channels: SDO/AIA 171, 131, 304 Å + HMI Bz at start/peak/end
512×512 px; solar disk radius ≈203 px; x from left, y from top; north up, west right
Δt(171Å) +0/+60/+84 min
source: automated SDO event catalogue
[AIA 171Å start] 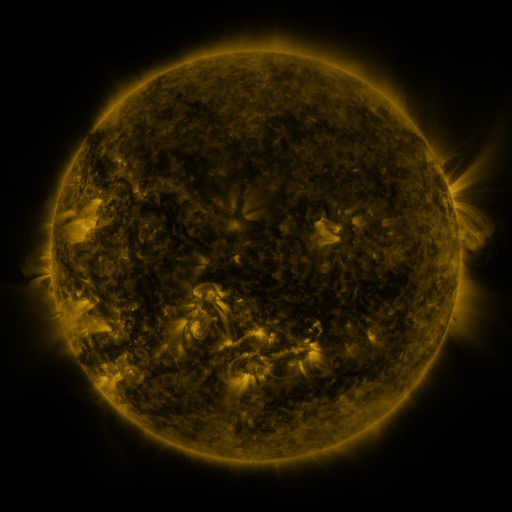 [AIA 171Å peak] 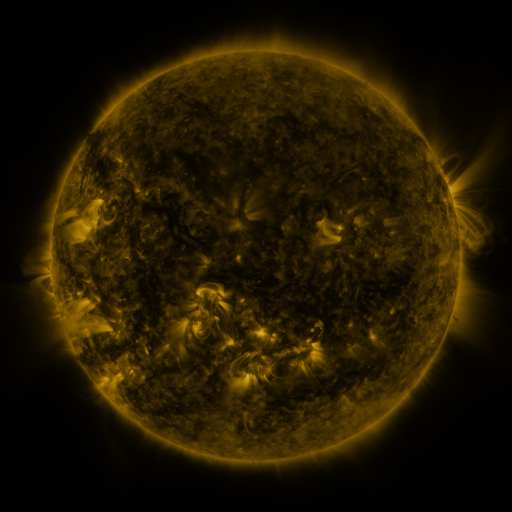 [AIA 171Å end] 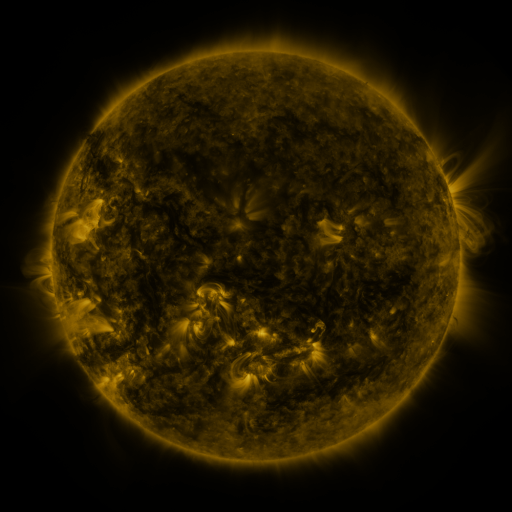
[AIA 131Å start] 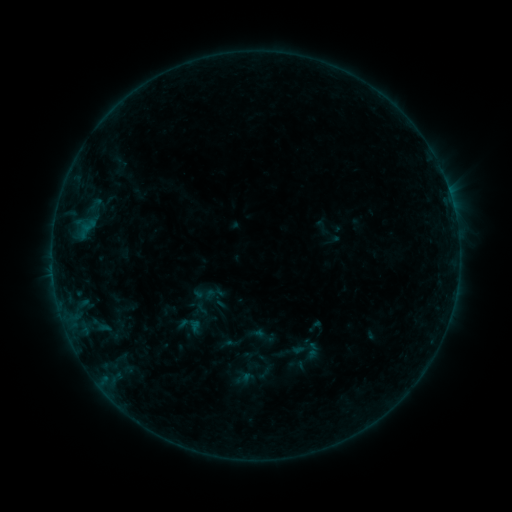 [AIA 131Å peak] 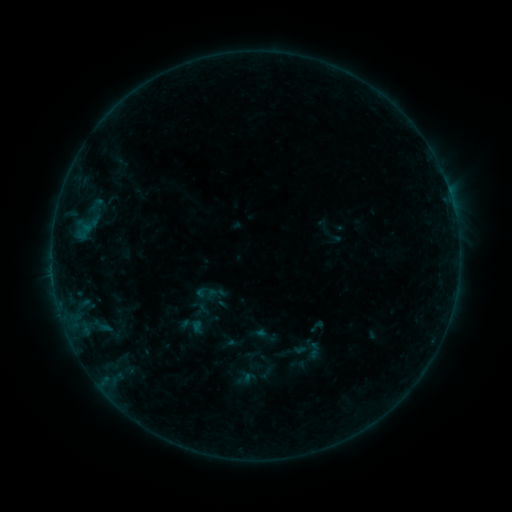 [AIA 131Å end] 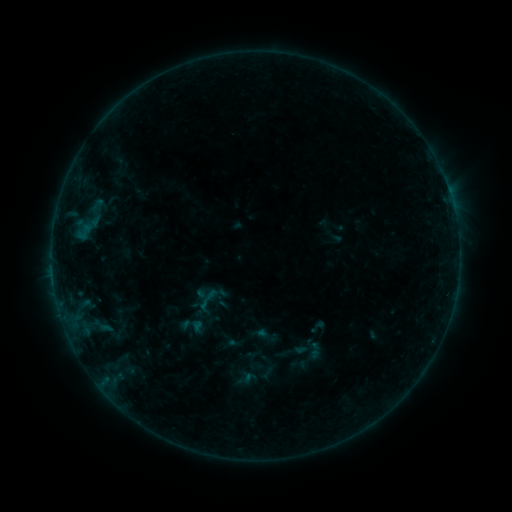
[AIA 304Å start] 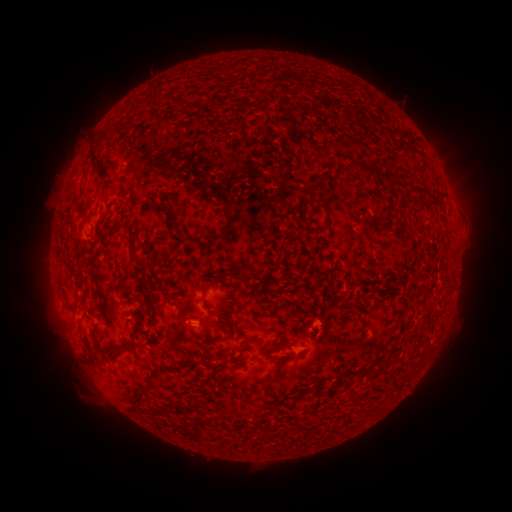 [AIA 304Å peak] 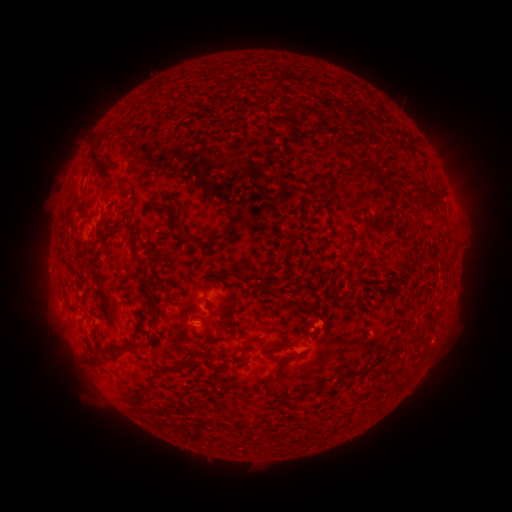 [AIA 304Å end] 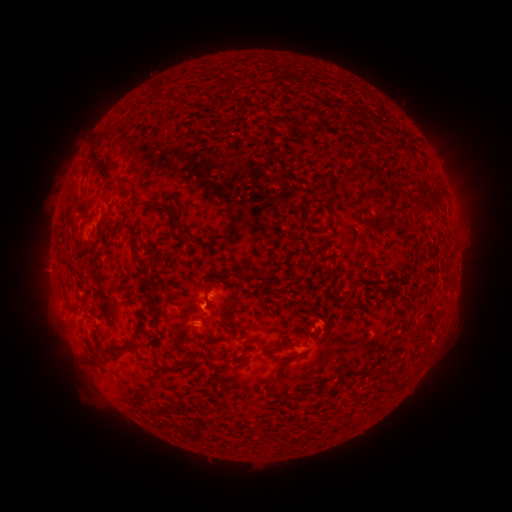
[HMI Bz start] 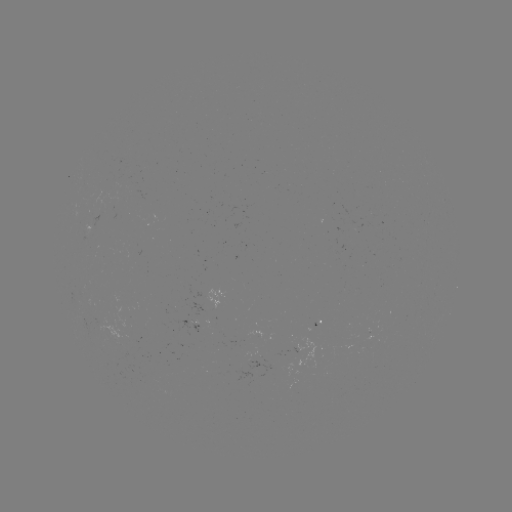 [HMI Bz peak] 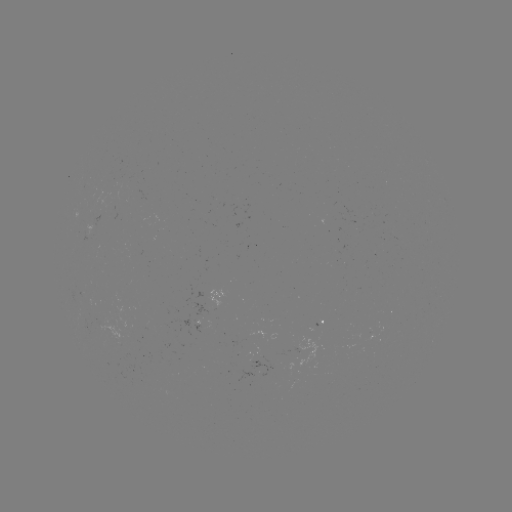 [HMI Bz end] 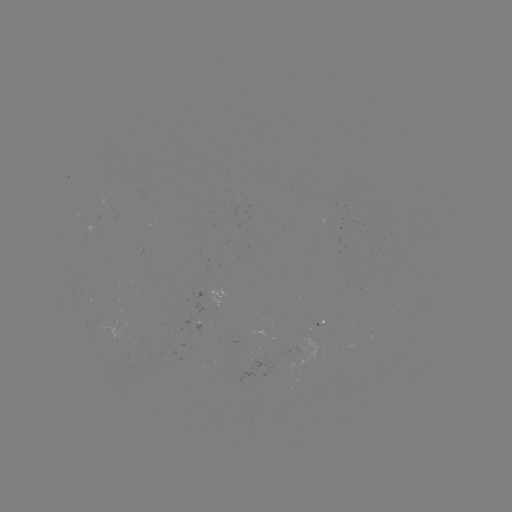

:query emerging-flux region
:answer (298, 350)